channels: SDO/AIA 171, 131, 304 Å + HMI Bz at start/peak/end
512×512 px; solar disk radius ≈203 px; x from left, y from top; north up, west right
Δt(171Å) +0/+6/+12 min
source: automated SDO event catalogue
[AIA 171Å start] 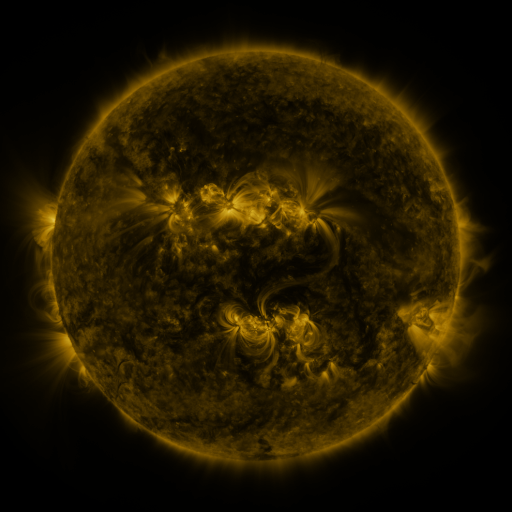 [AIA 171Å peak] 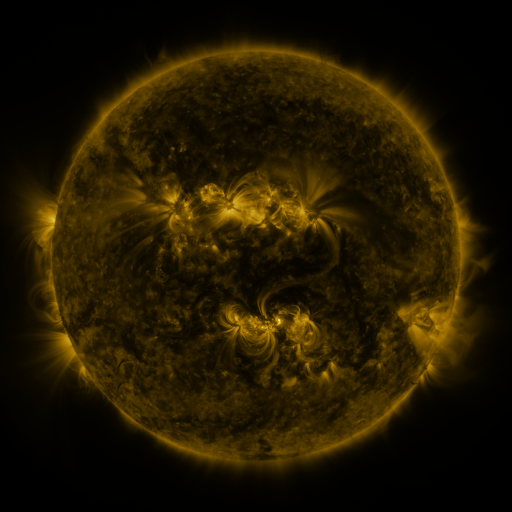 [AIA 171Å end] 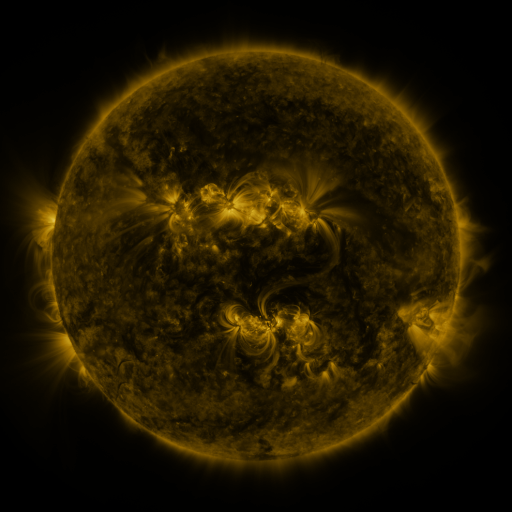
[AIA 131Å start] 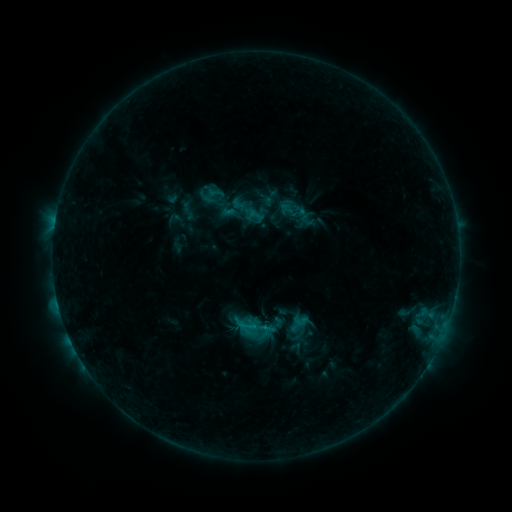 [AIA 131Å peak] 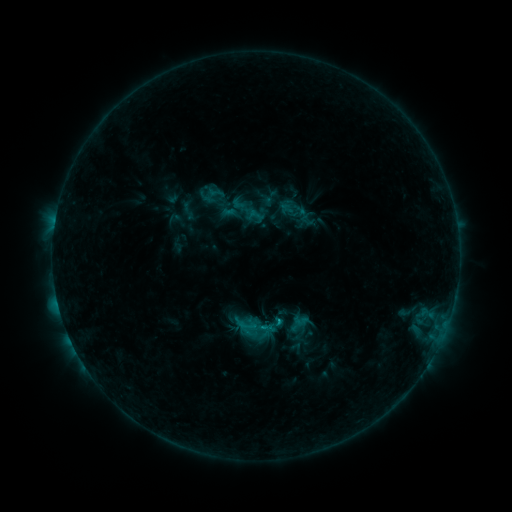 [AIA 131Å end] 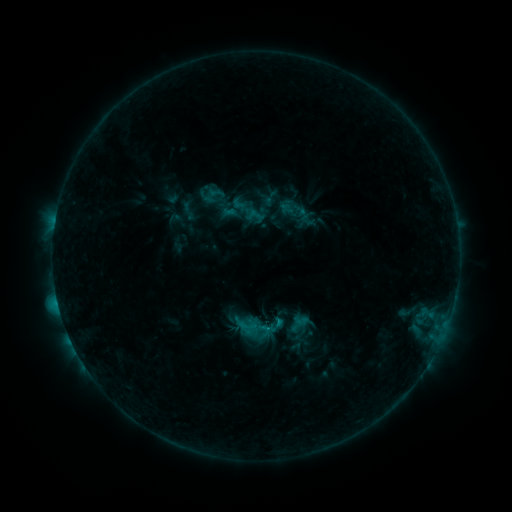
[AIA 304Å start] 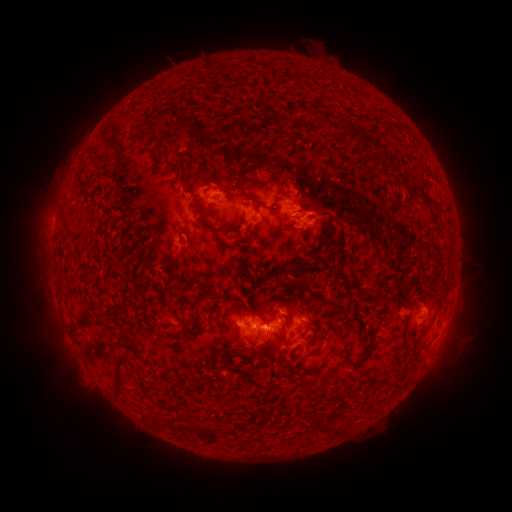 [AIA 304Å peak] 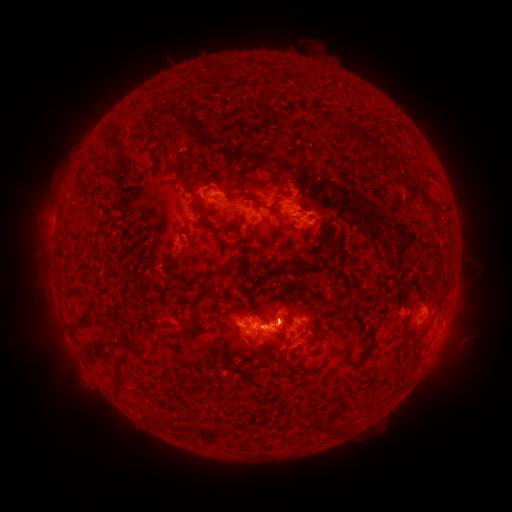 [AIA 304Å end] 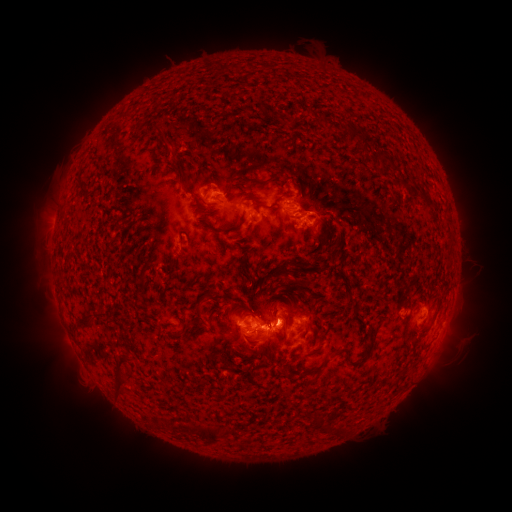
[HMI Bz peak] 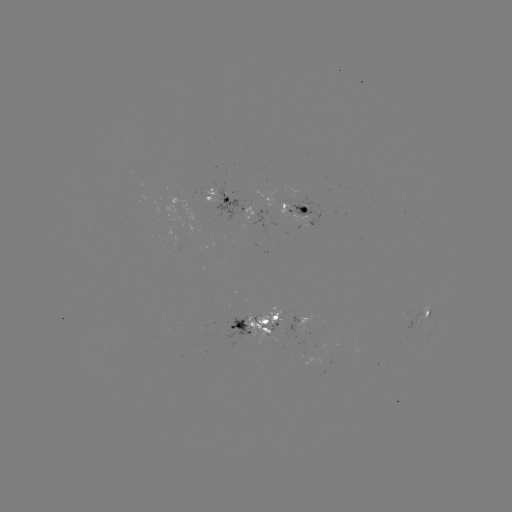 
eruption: <bbox>260, 283, 299, 334</bbox>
